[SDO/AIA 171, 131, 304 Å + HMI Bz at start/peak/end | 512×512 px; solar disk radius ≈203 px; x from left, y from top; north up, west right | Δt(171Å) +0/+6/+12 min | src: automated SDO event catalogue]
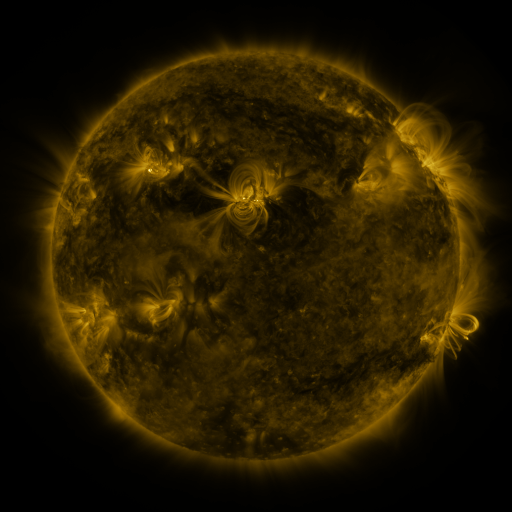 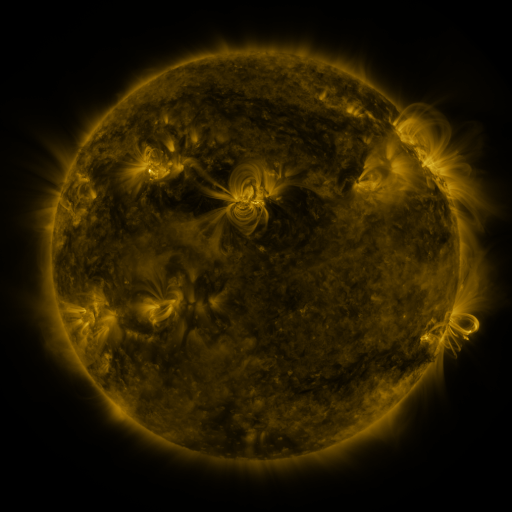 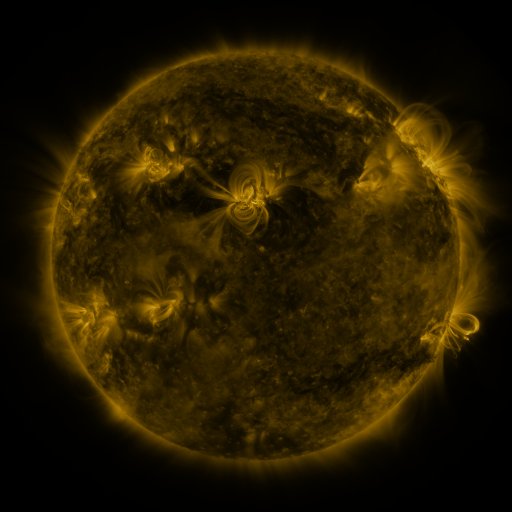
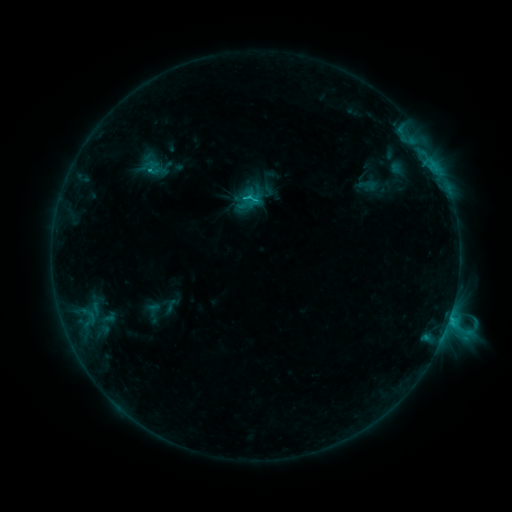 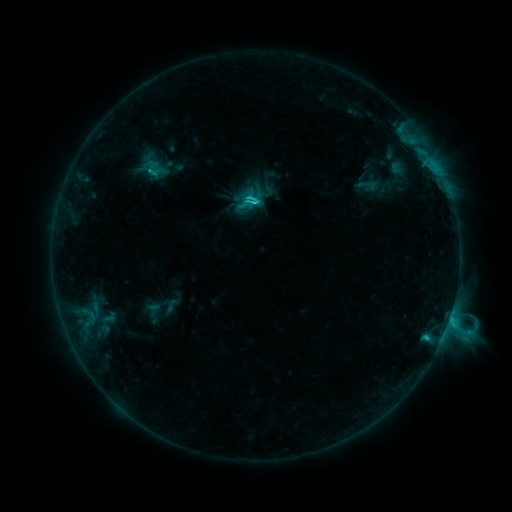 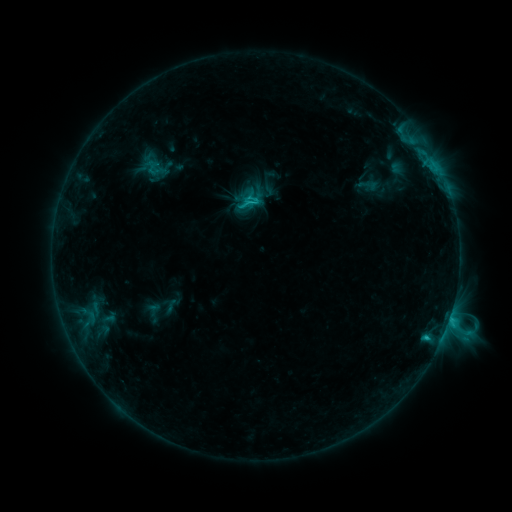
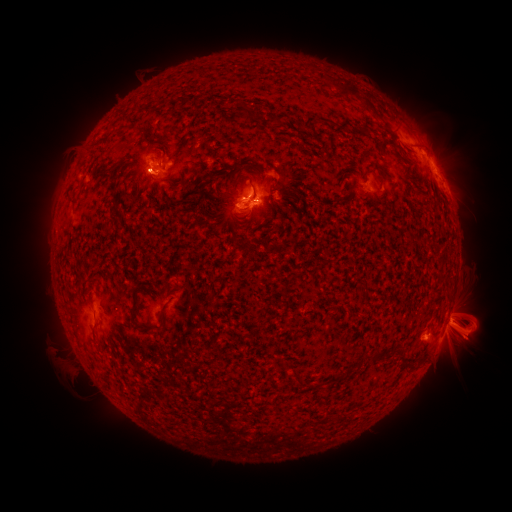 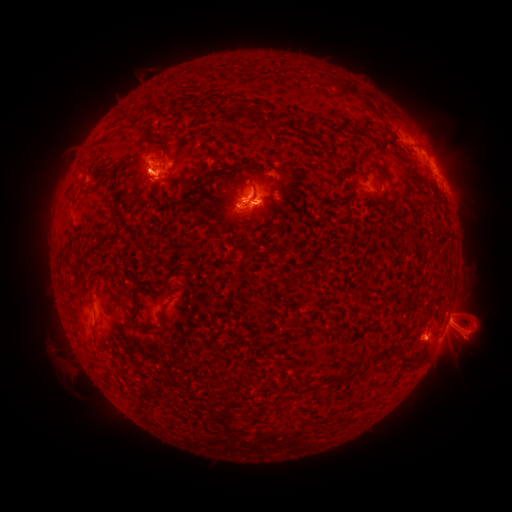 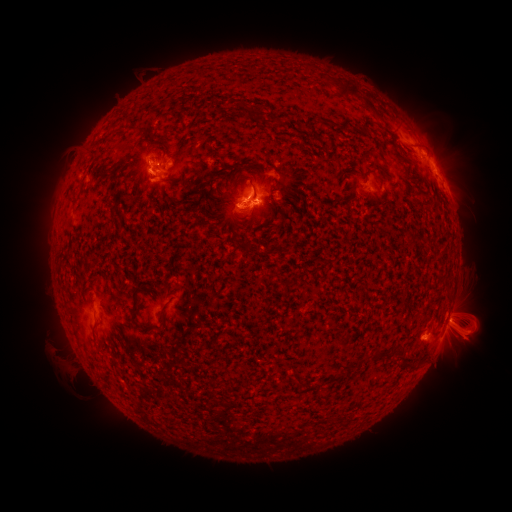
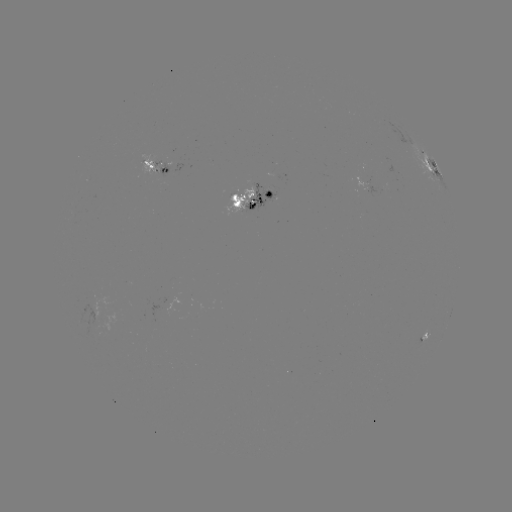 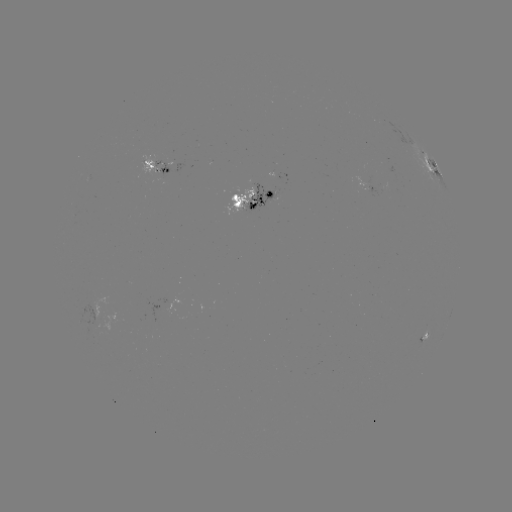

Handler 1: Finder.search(eruption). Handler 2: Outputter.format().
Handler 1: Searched eruption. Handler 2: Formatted (82, 150).